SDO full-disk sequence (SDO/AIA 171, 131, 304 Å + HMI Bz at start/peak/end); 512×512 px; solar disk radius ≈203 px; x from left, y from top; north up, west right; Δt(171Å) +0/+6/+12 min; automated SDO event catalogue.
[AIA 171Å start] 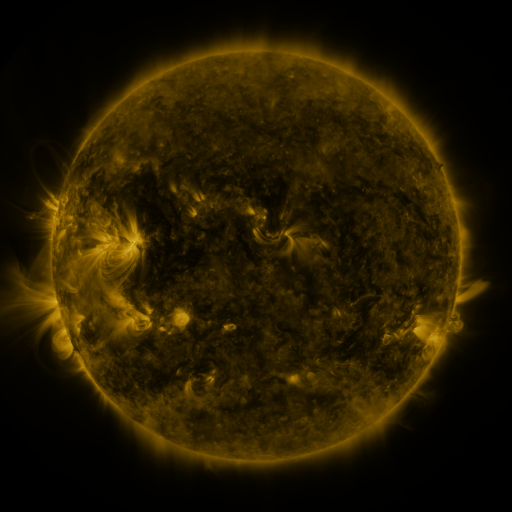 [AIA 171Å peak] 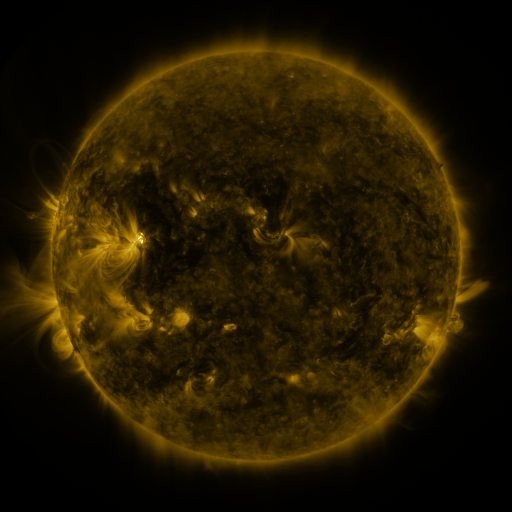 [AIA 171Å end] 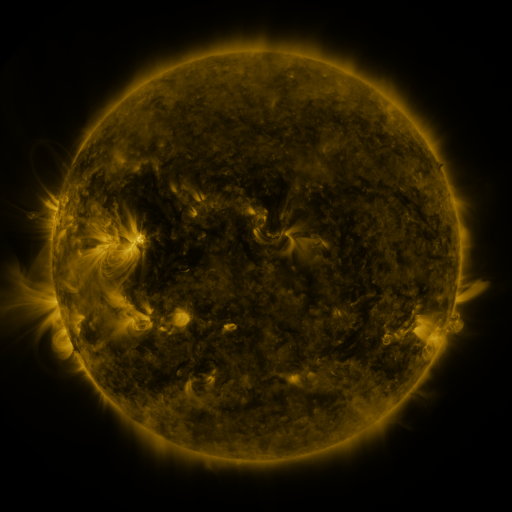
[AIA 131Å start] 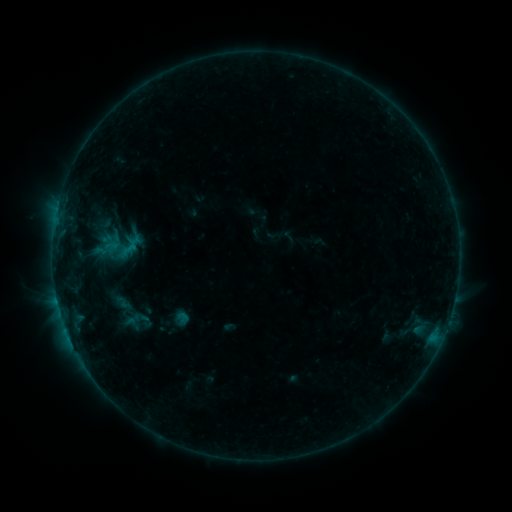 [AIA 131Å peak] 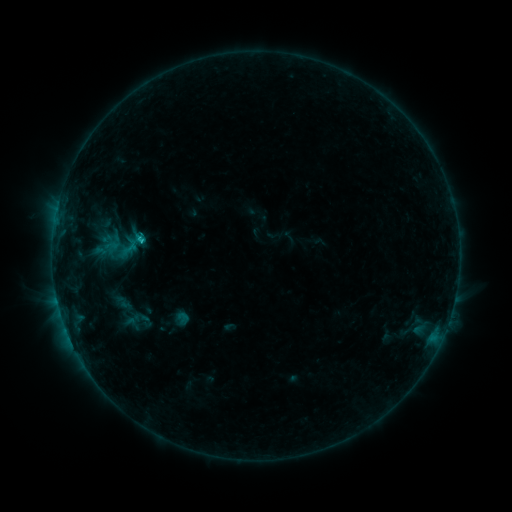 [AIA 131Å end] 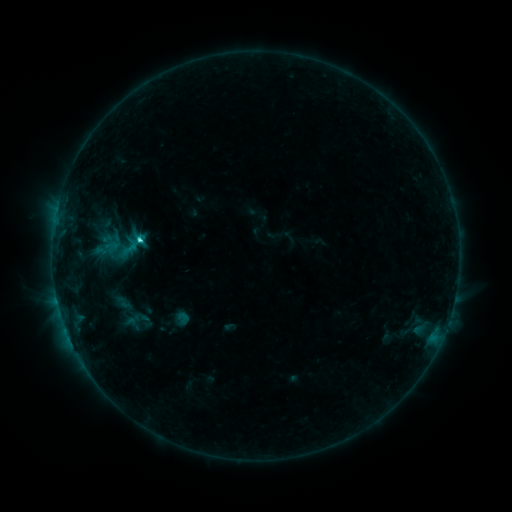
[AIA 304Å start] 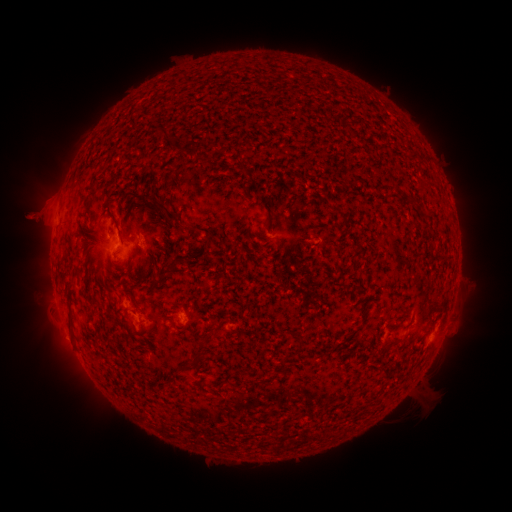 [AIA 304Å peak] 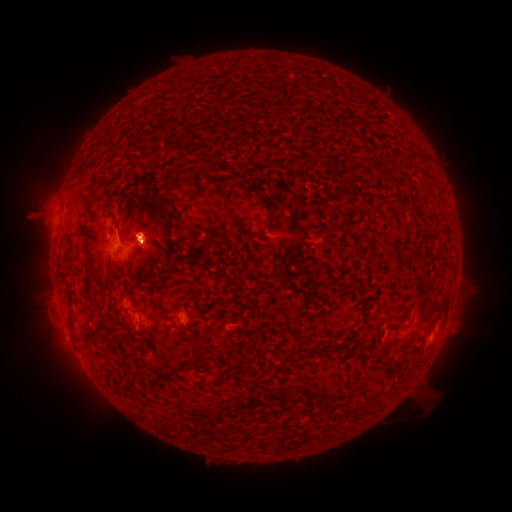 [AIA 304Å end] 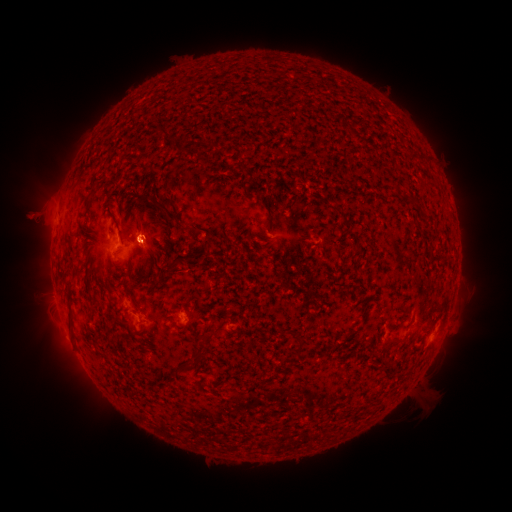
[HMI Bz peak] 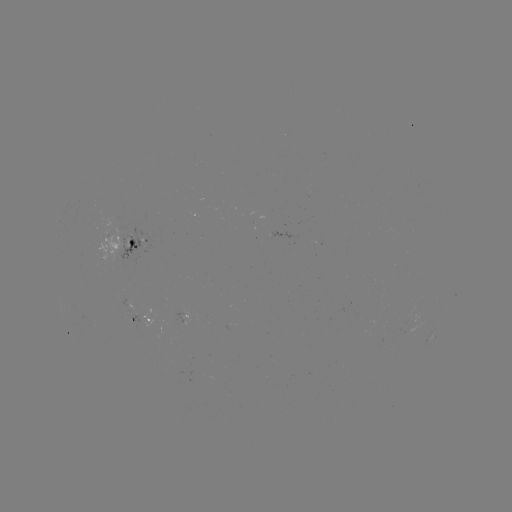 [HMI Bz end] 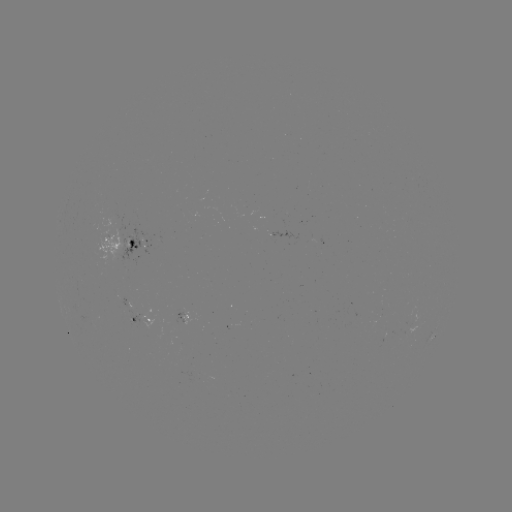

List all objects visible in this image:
C2.2 flare: (143, 243)
